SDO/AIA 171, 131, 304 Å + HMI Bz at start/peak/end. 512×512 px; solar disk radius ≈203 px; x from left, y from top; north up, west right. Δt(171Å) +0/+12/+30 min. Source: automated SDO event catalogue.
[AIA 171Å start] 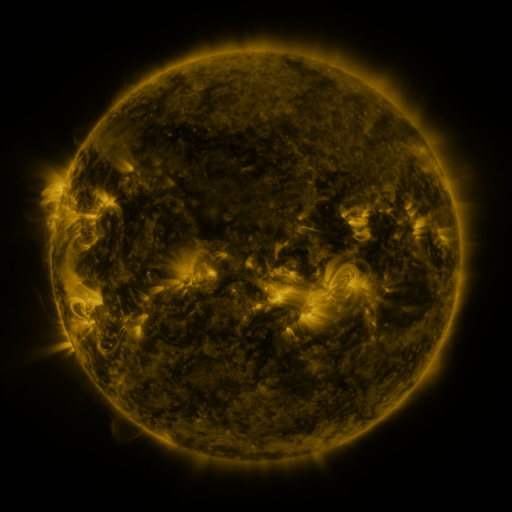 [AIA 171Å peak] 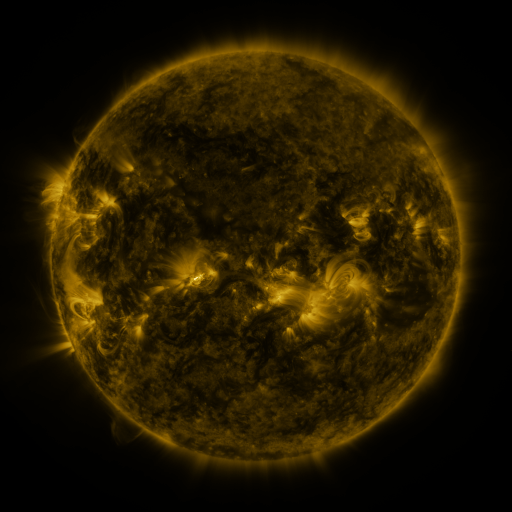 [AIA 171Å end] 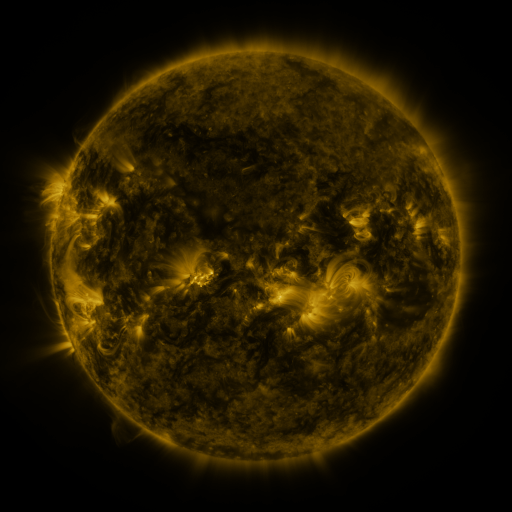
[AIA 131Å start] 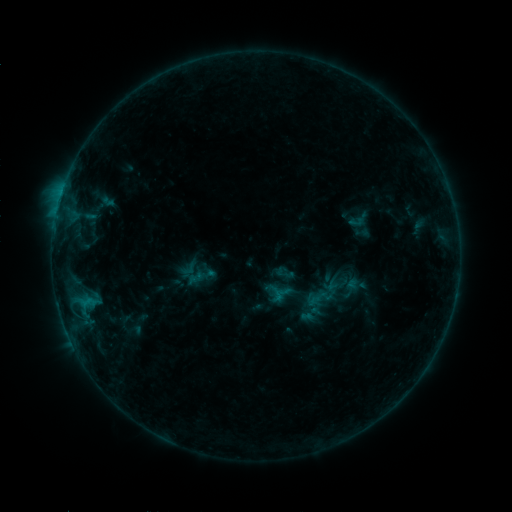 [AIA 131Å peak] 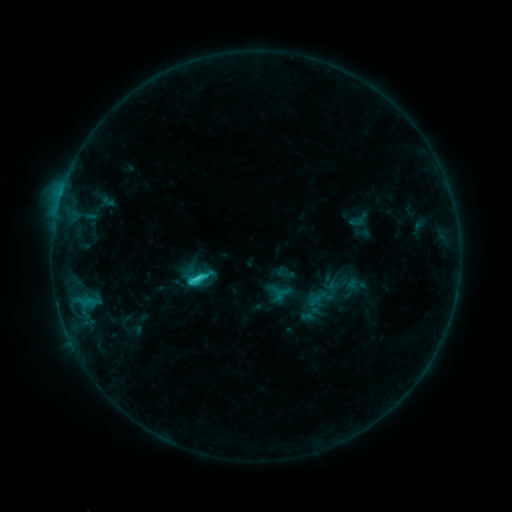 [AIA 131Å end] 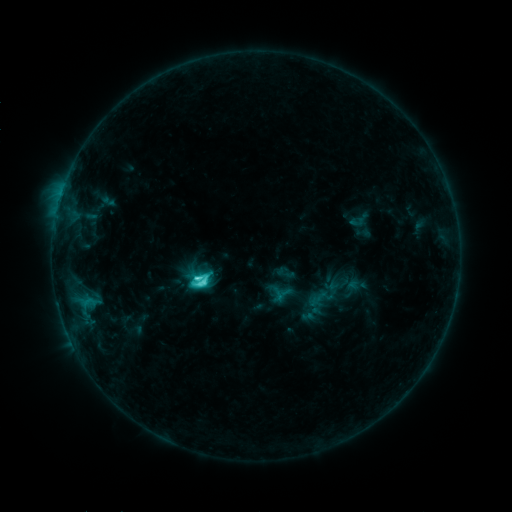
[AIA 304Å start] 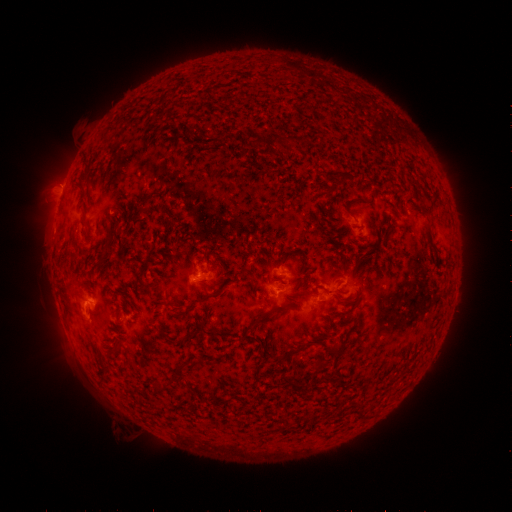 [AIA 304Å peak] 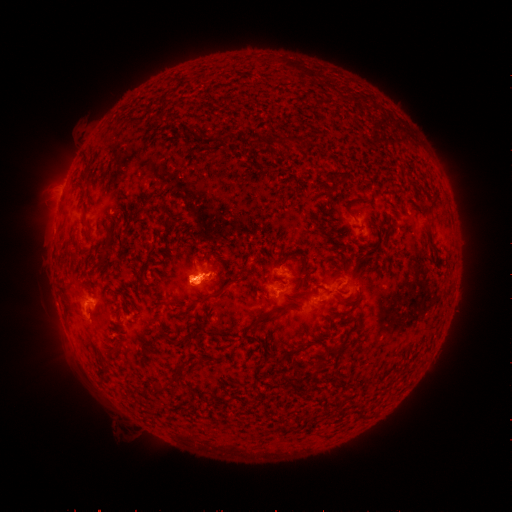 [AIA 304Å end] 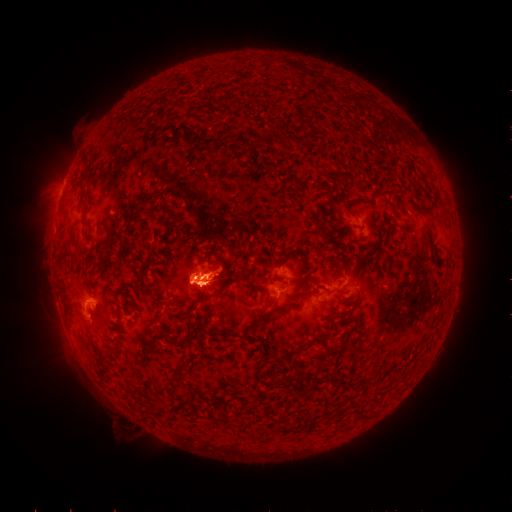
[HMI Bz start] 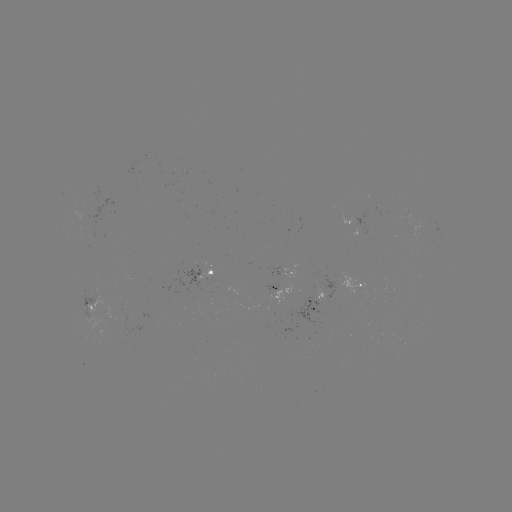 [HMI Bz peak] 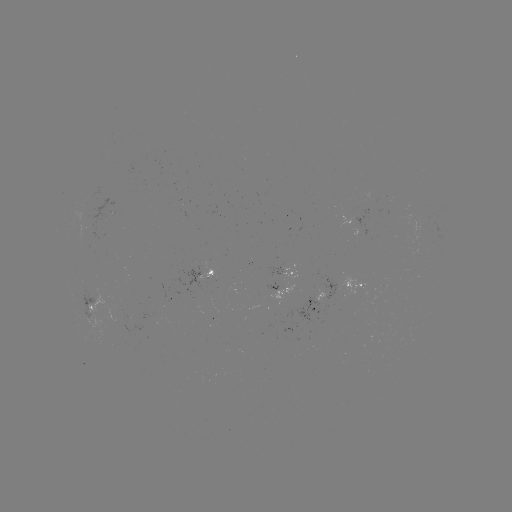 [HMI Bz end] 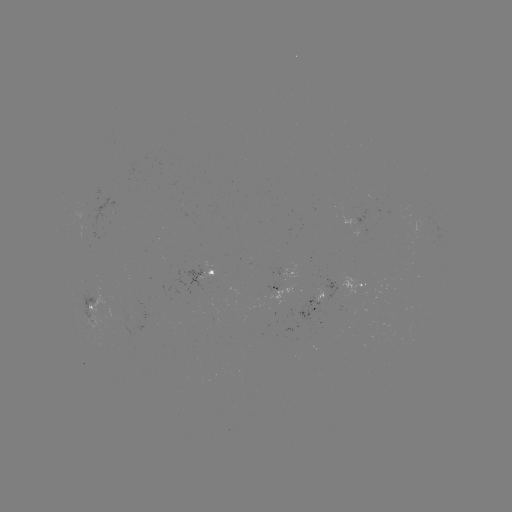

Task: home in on eruption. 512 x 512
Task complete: (195, 282).